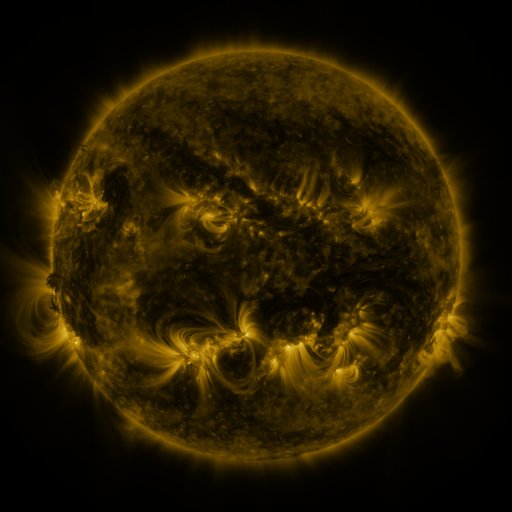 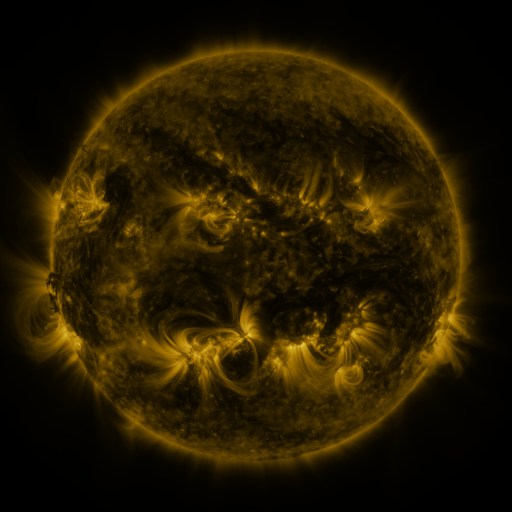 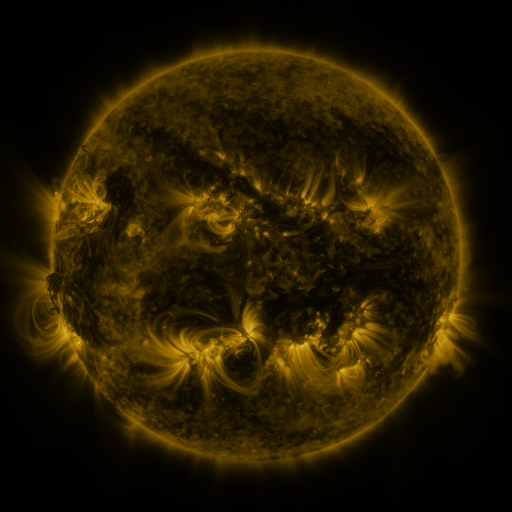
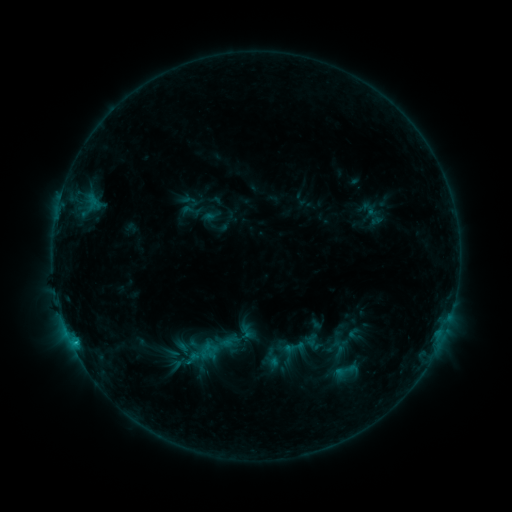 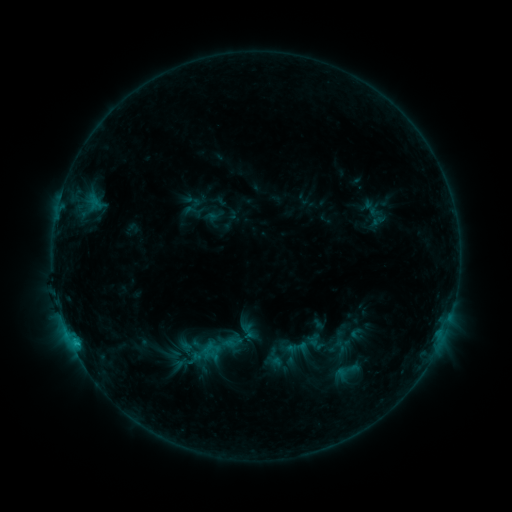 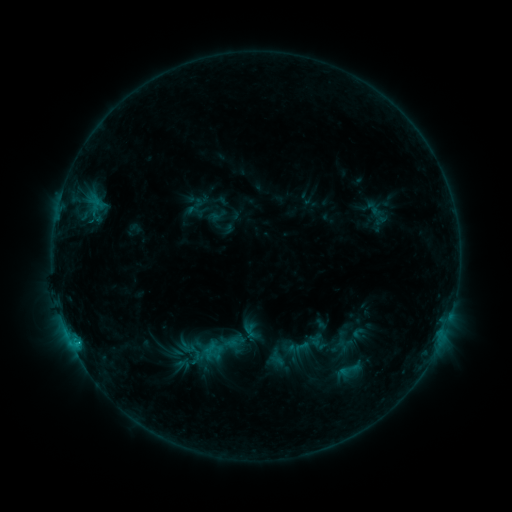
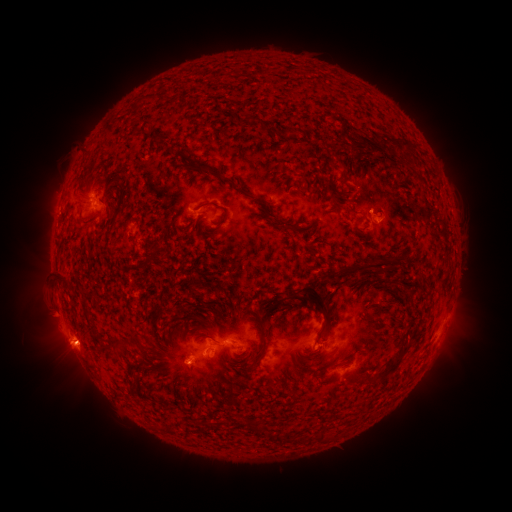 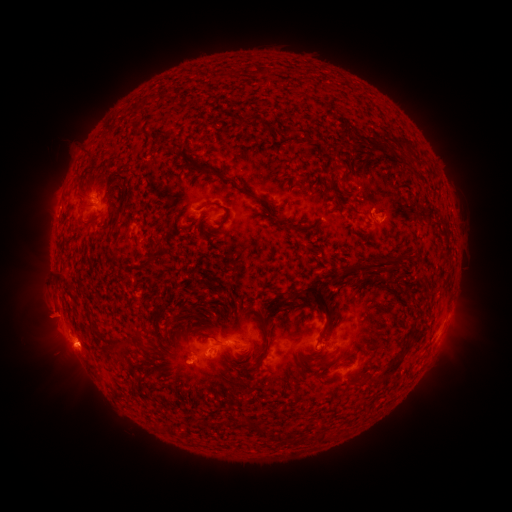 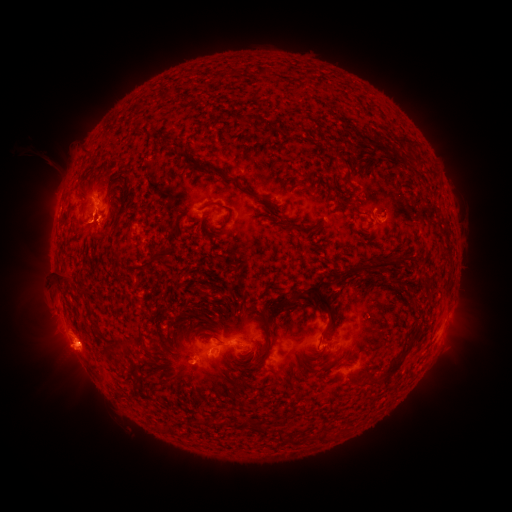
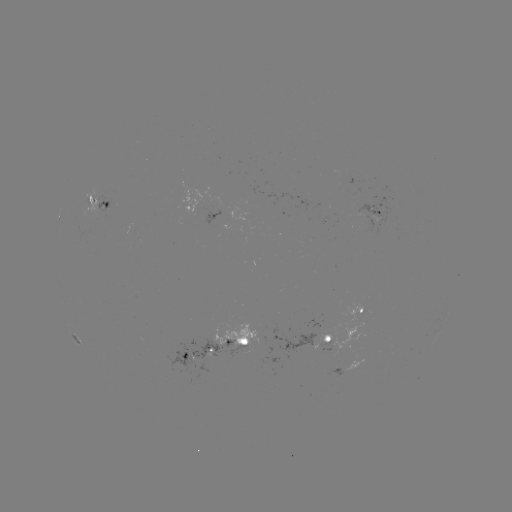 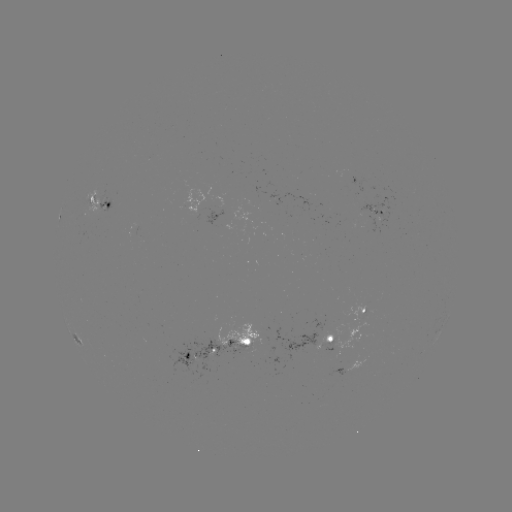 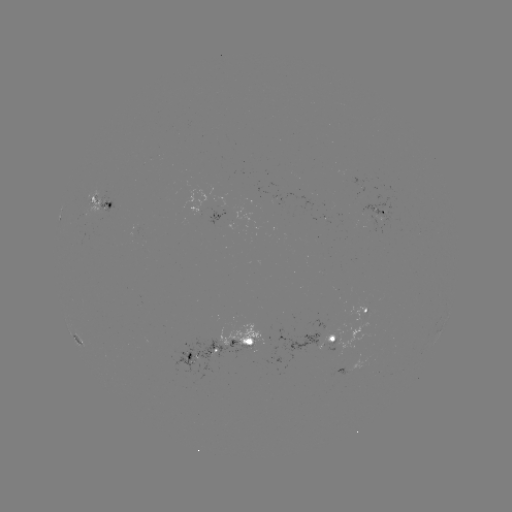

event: filament eruption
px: (49, 149)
